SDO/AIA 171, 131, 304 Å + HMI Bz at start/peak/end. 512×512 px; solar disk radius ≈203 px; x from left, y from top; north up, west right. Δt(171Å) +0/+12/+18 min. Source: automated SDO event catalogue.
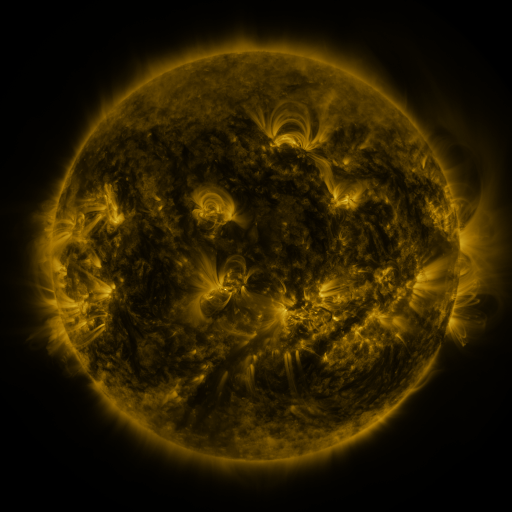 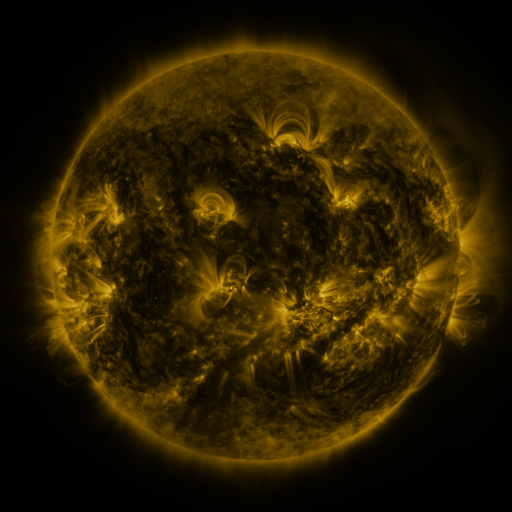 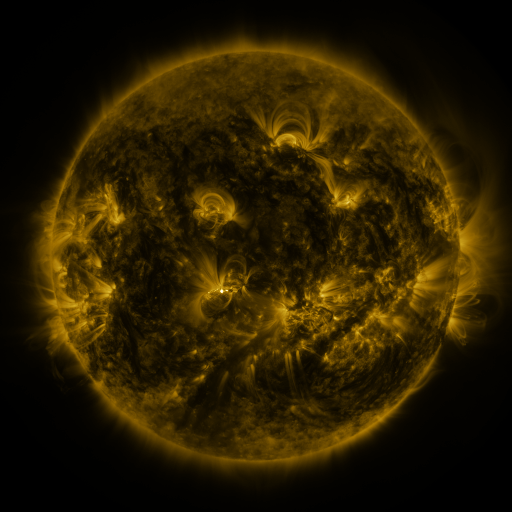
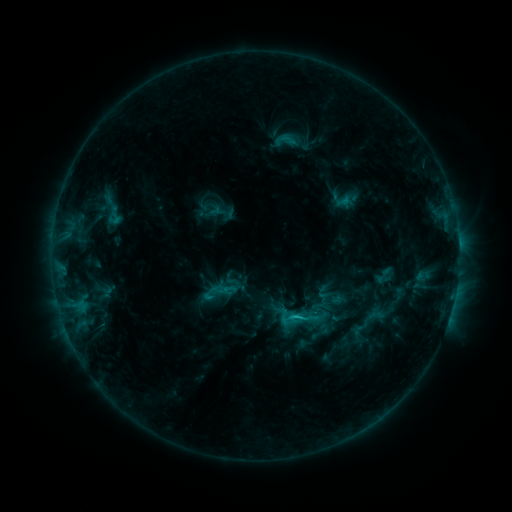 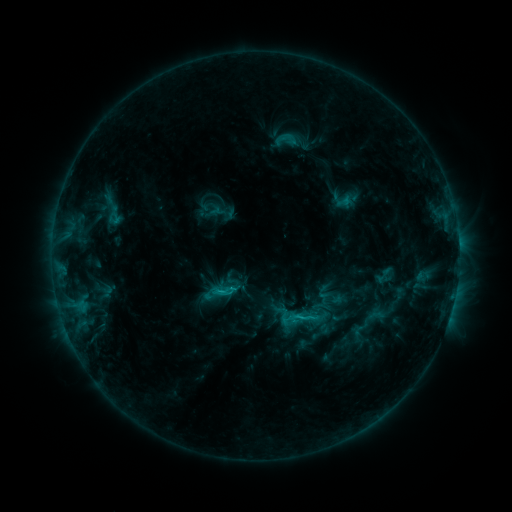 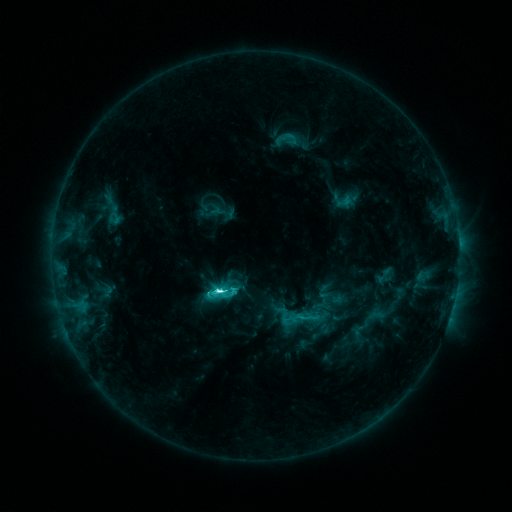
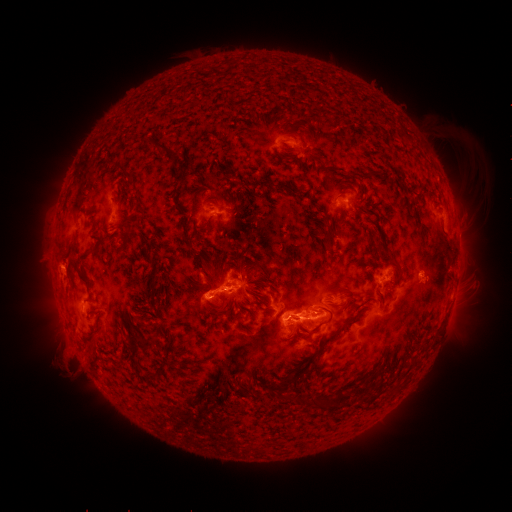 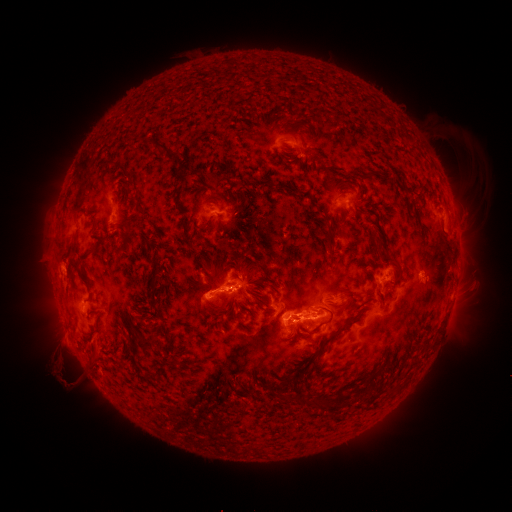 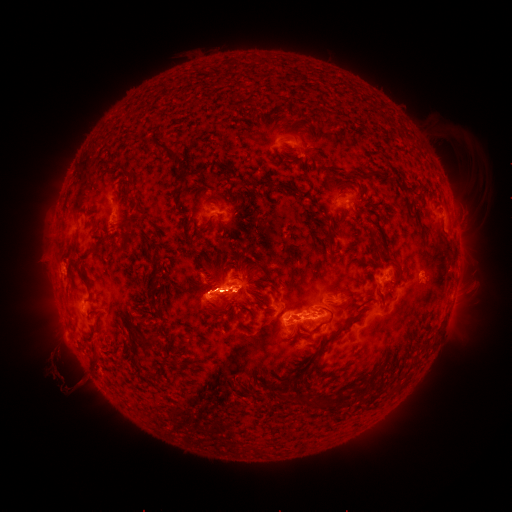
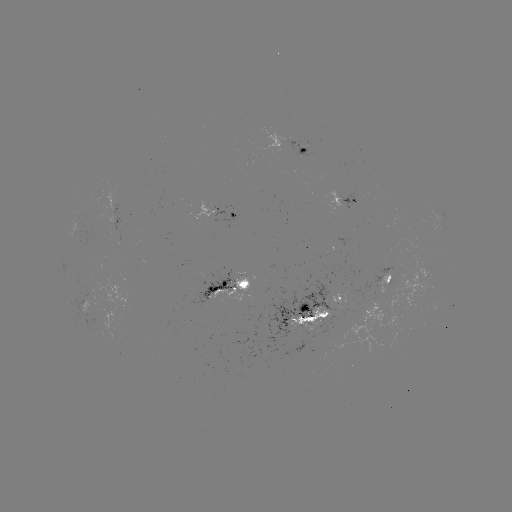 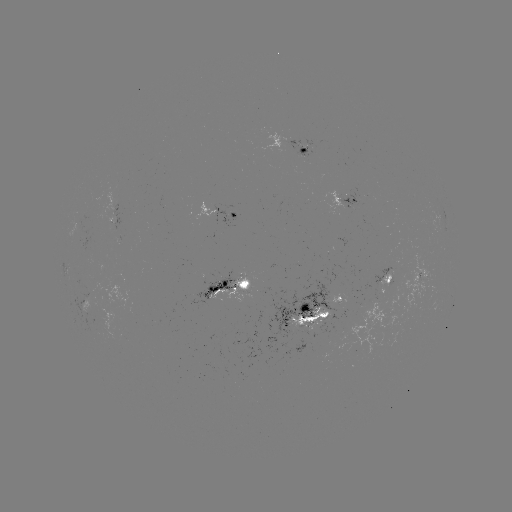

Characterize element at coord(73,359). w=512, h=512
eruption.